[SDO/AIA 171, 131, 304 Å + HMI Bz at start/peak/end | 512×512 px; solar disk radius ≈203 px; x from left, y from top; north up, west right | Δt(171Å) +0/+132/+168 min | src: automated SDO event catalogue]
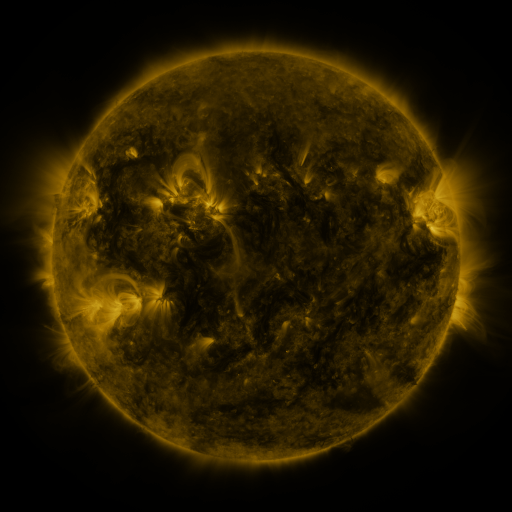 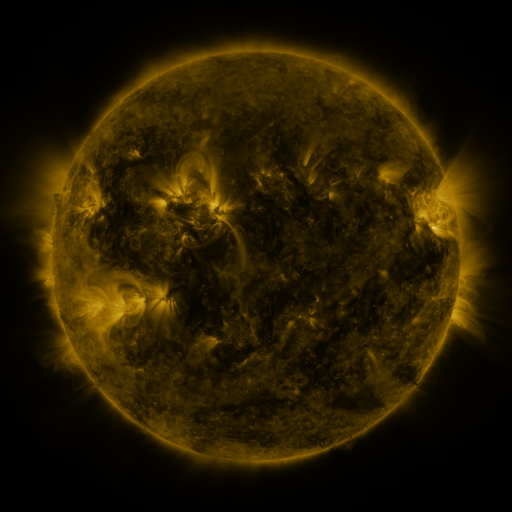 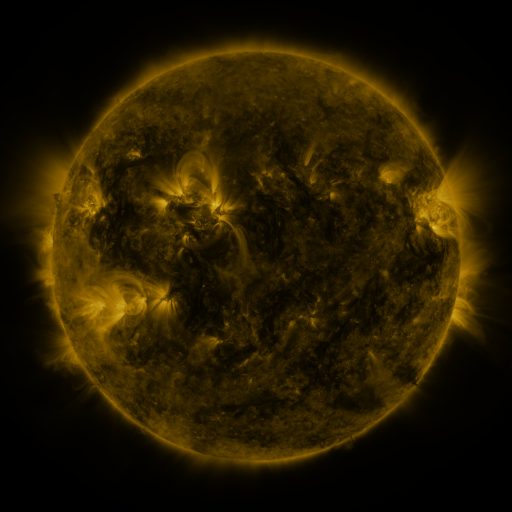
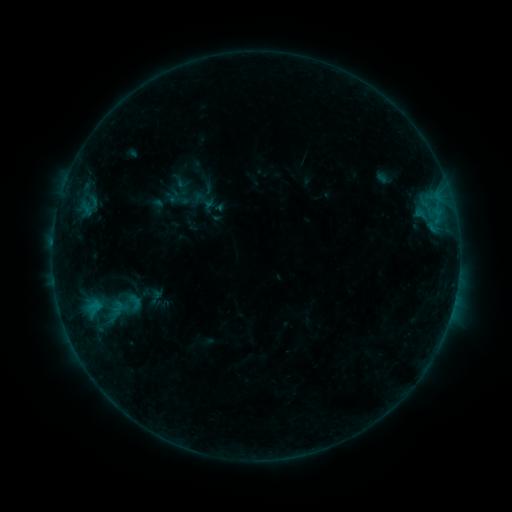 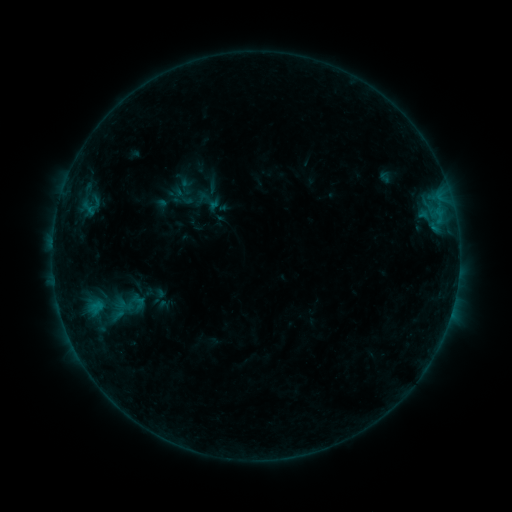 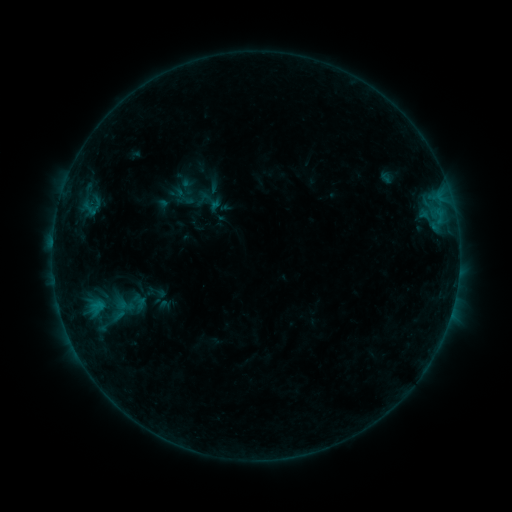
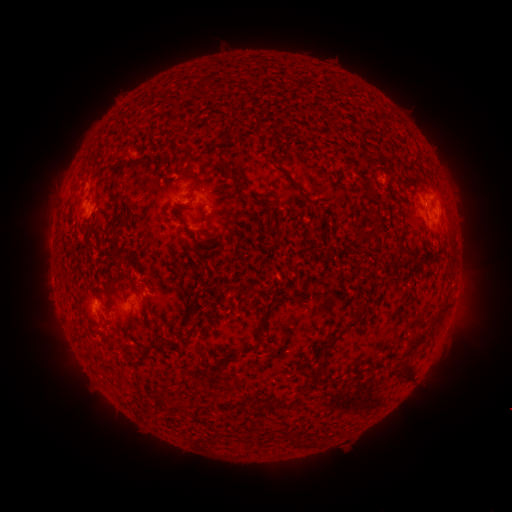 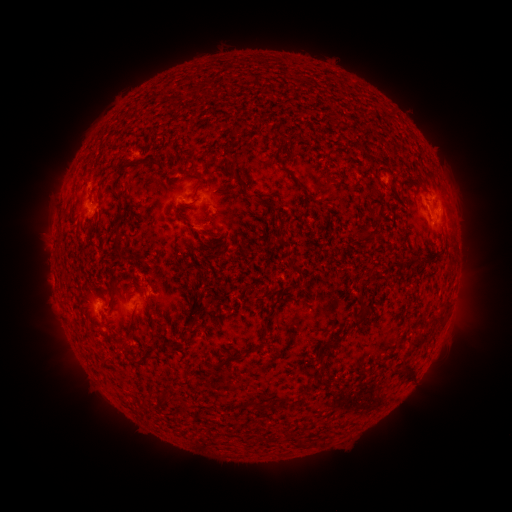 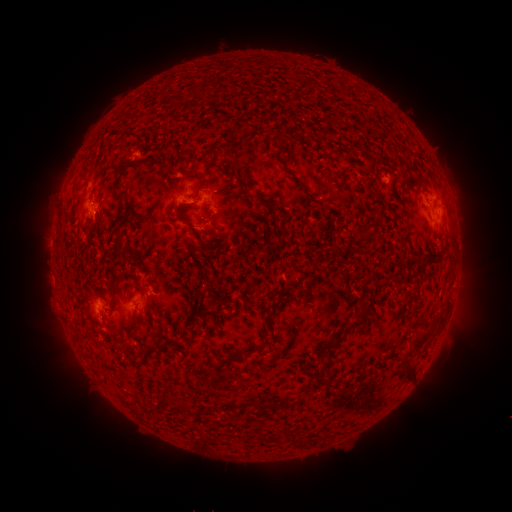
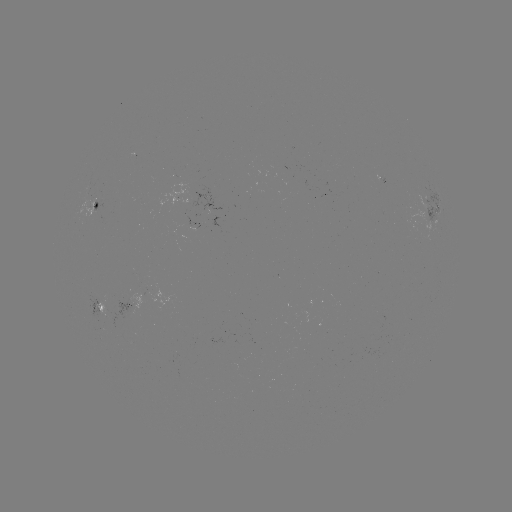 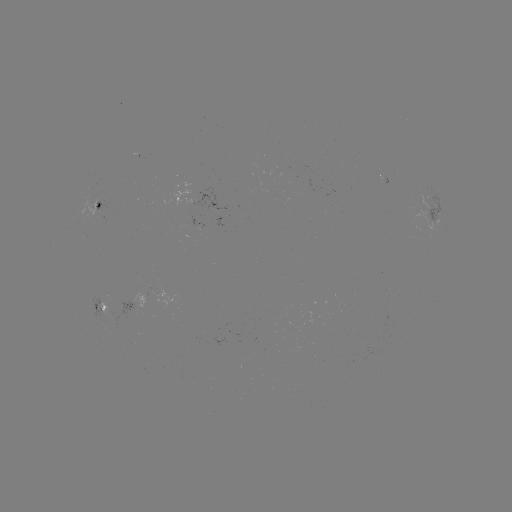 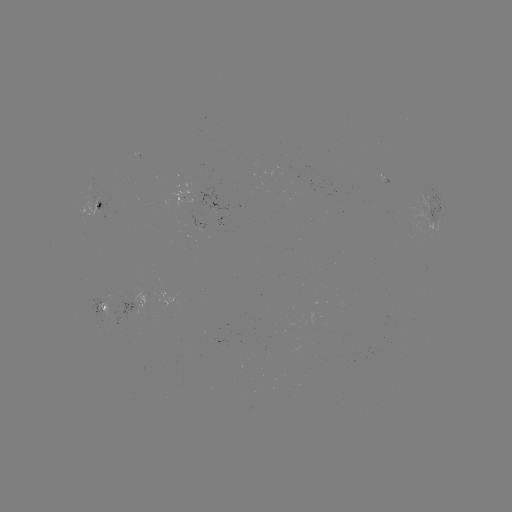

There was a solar emerging-flux region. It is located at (185, 200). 